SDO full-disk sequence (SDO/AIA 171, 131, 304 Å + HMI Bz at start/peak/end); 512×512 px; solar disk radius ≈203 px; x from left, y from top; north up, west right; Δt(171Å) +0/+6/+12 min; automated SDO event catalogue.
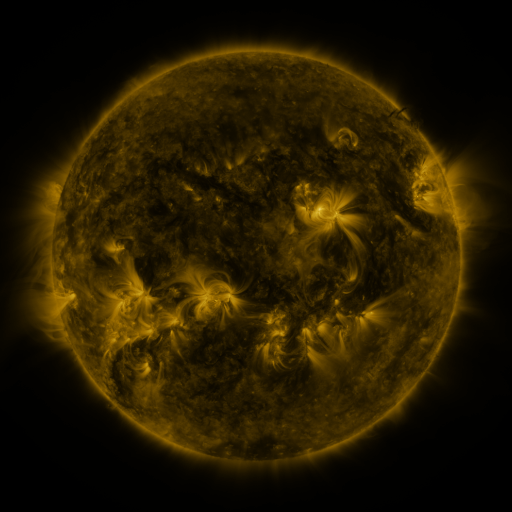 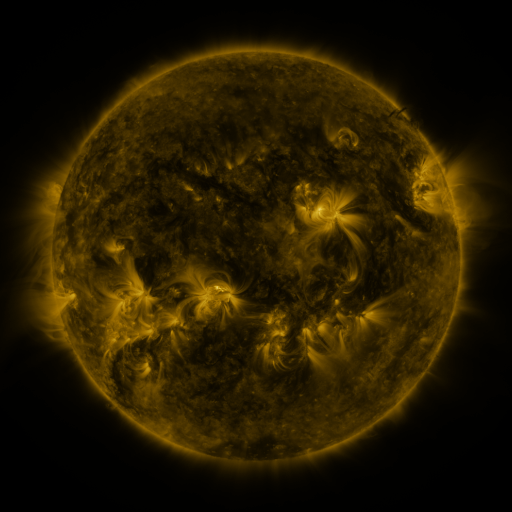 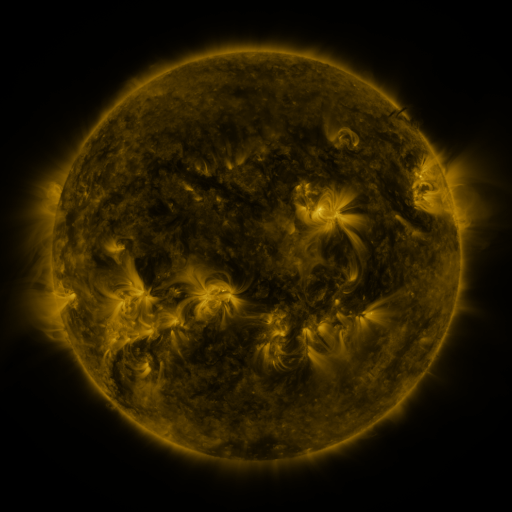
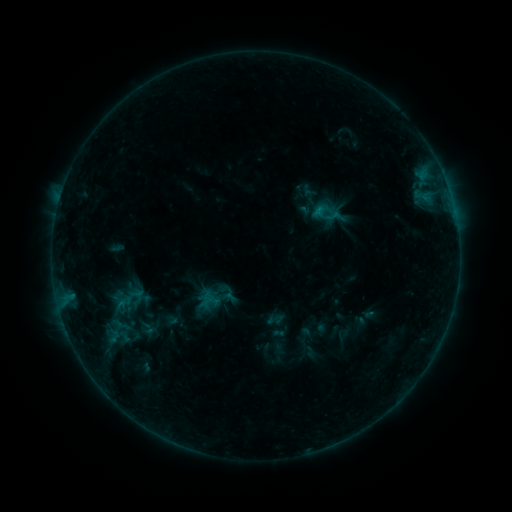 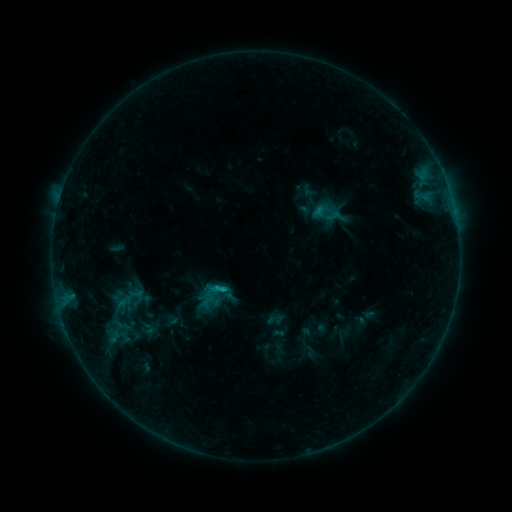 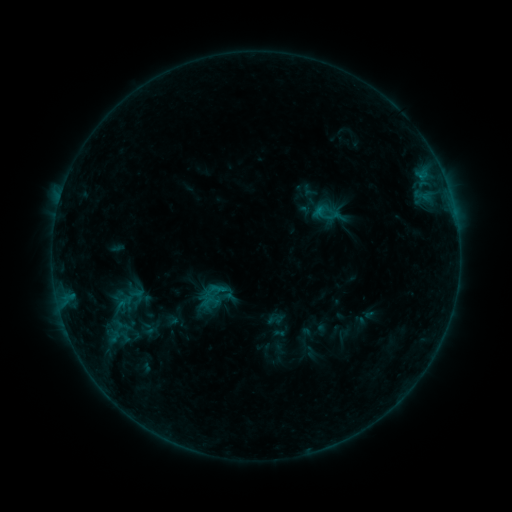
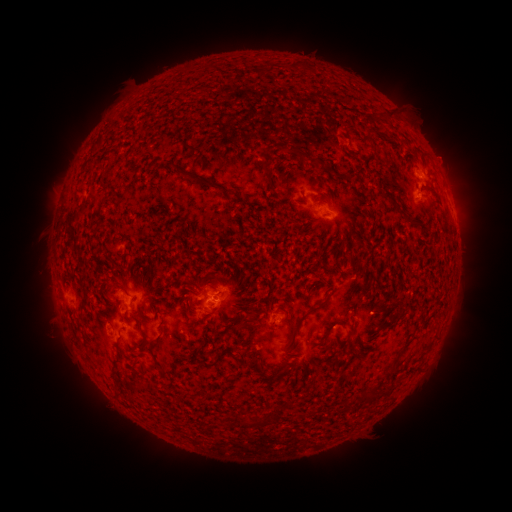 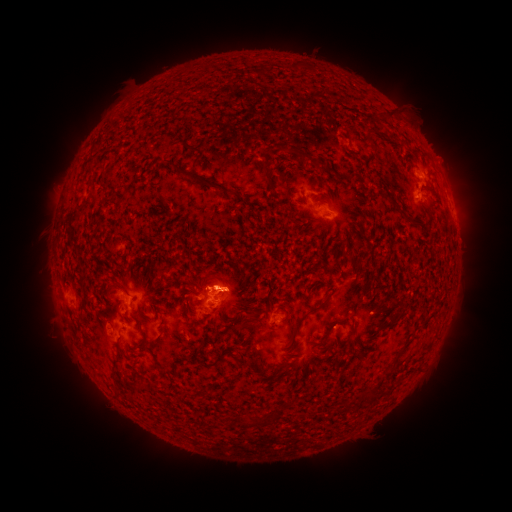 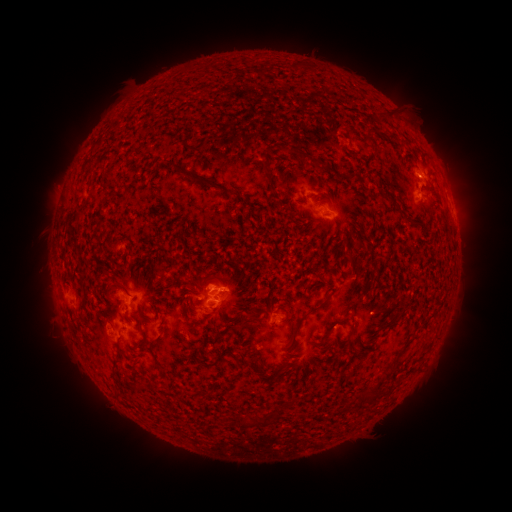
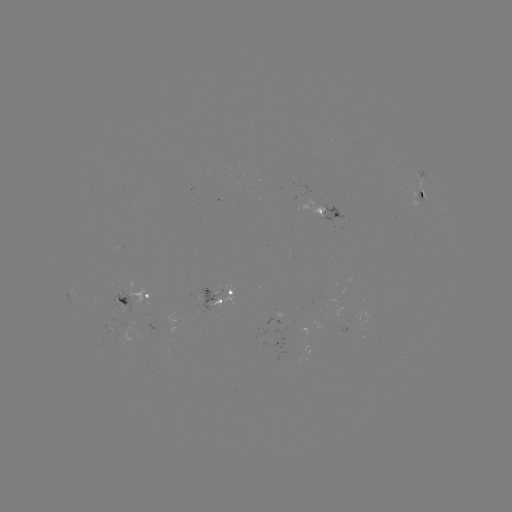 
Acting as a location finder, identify B6.1 flare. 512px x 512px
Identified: (224, 287).